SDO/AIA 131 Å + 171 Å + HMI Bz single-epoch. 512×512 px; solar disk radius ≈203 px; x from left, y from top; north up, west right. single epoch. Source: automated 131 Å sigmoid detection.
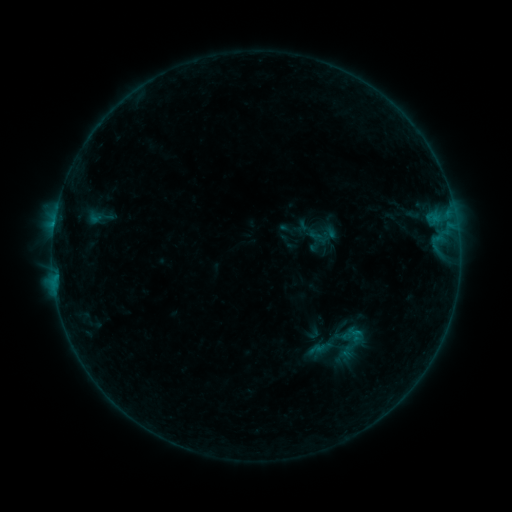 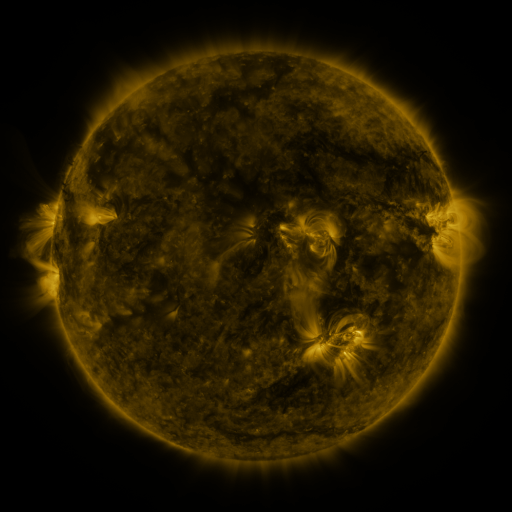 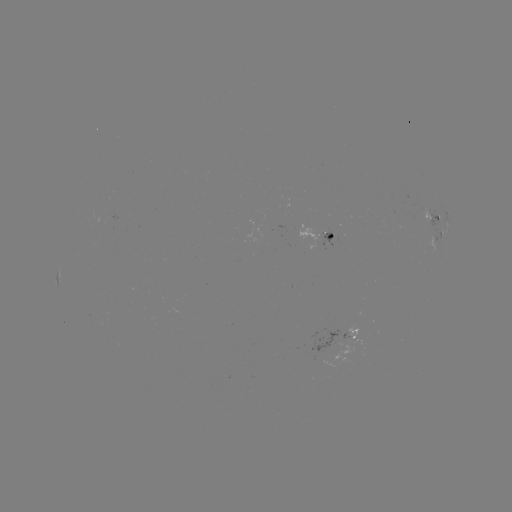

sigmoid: (331, 323, 371, 362)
